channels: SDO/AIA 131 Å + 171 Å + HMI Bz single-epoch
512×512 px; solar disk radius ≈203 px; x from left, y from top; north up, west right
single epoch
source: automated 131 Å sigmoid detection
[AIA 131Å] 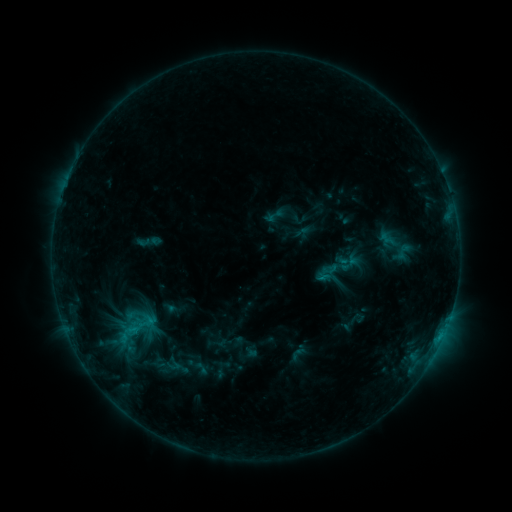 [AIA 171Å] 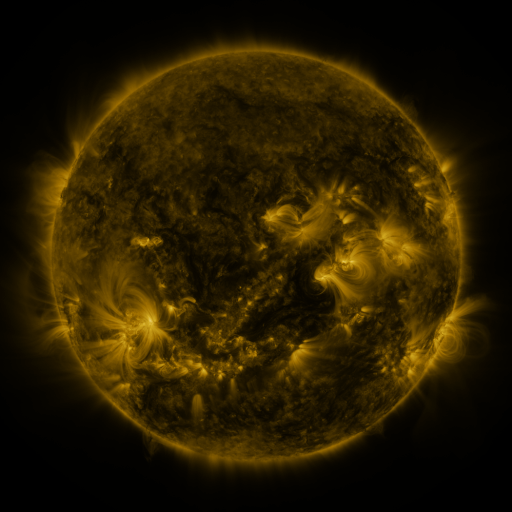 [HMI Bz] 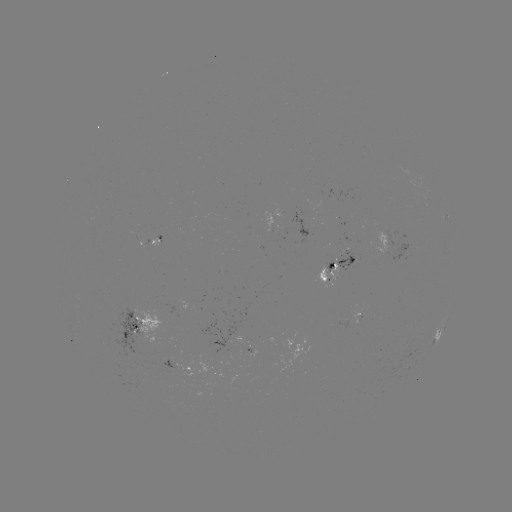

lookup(sigmoid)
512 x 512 335,268